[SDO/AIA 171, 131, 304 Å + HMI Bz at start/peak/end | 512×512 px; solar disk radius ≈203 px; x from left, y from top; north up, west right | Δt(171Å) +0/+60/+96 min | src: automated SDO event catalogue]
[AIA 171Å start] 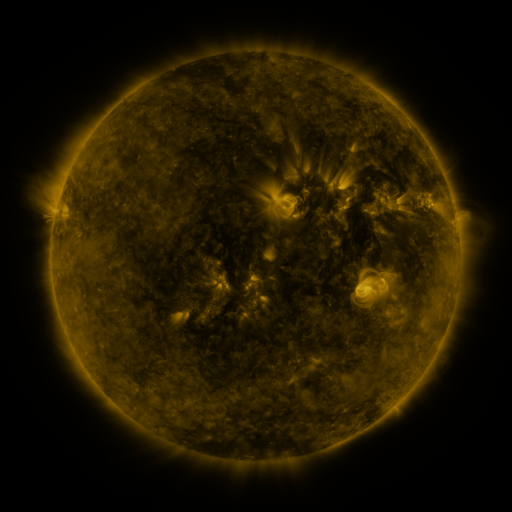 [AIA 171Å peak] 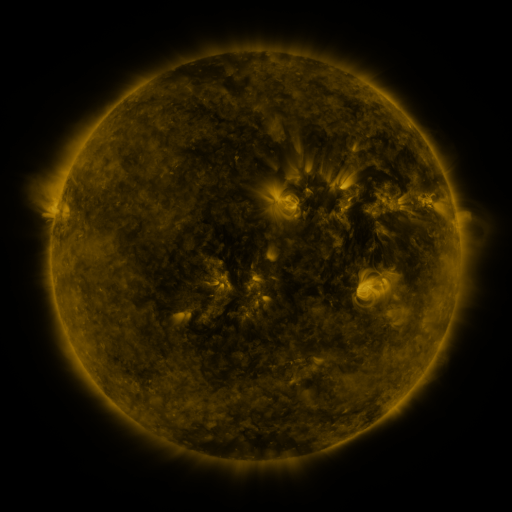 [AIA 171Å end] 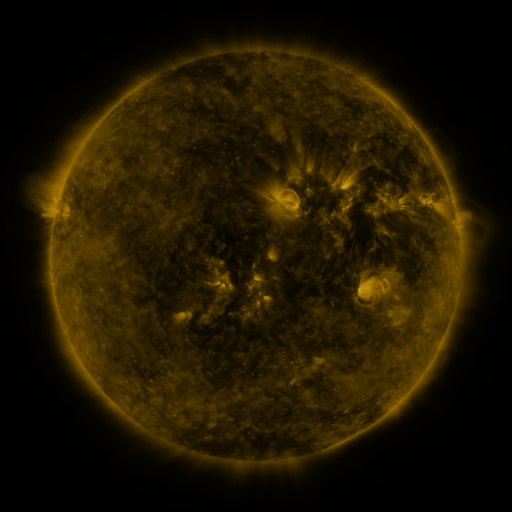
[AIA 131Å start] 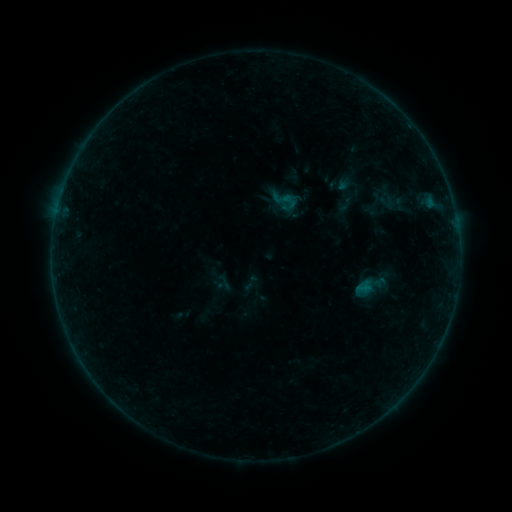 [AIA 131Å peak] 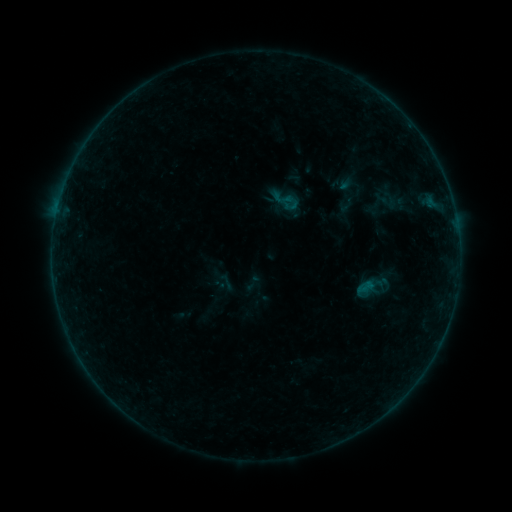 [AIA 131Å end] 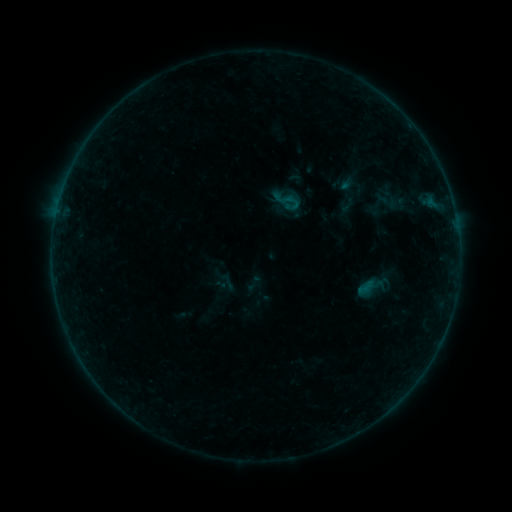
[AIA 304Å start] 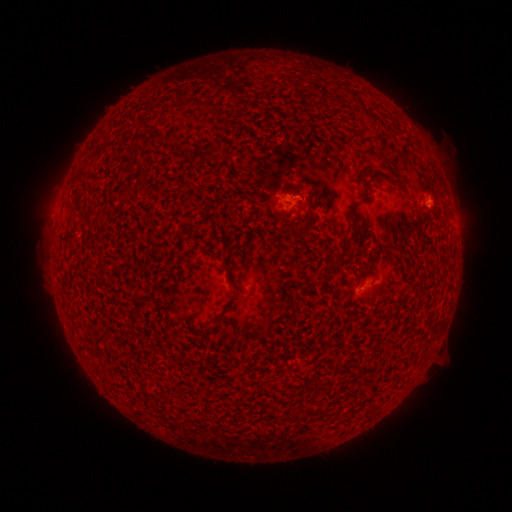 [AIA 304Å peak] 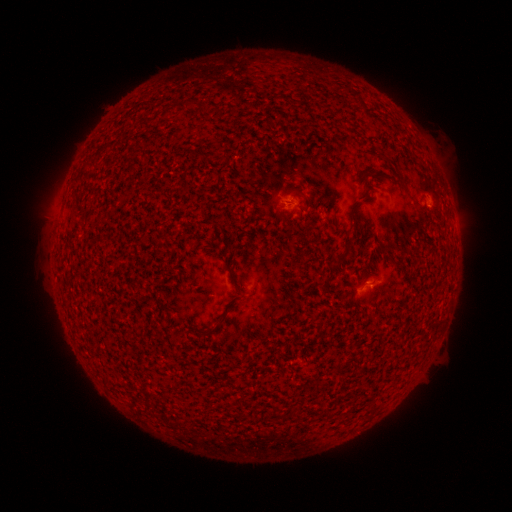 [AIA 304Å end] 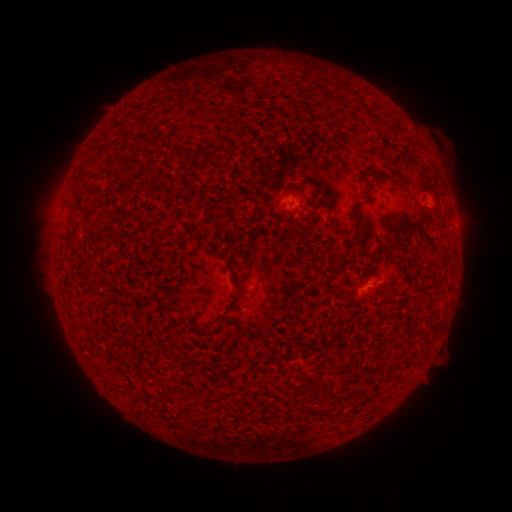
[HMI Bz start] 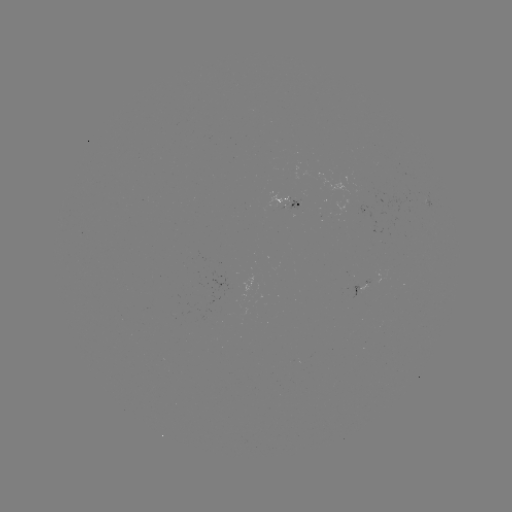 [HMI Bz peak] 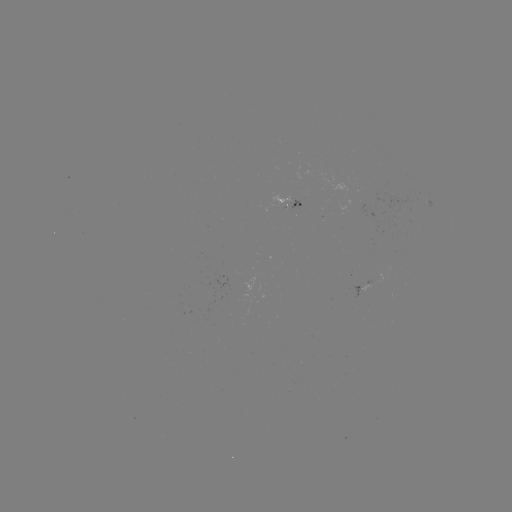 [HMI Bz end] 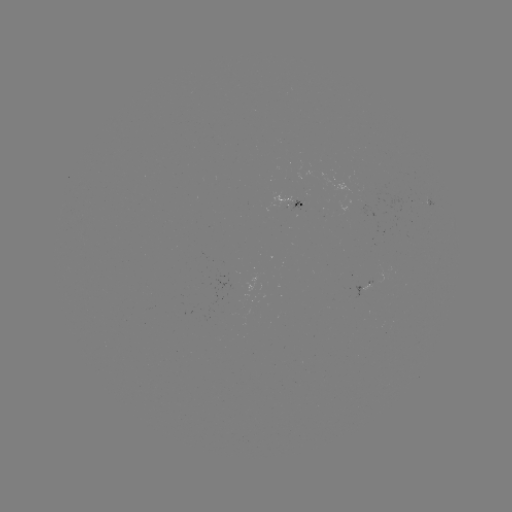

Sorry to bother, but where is emerging-flux region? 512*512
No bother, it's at [376, 277].